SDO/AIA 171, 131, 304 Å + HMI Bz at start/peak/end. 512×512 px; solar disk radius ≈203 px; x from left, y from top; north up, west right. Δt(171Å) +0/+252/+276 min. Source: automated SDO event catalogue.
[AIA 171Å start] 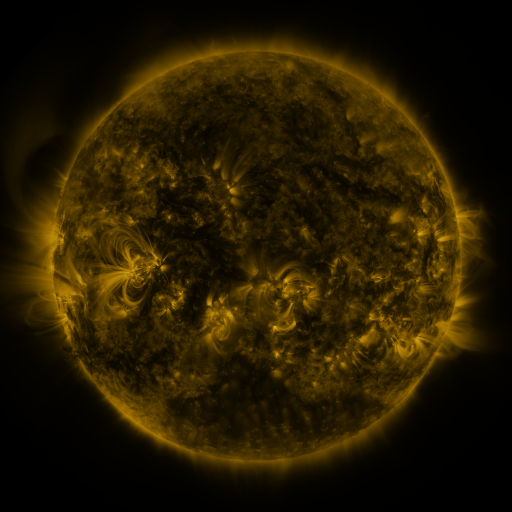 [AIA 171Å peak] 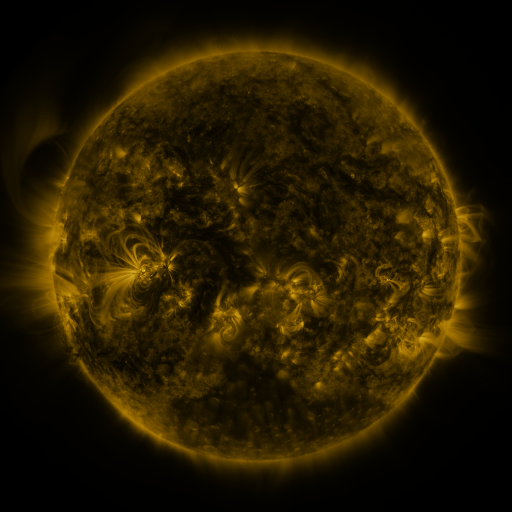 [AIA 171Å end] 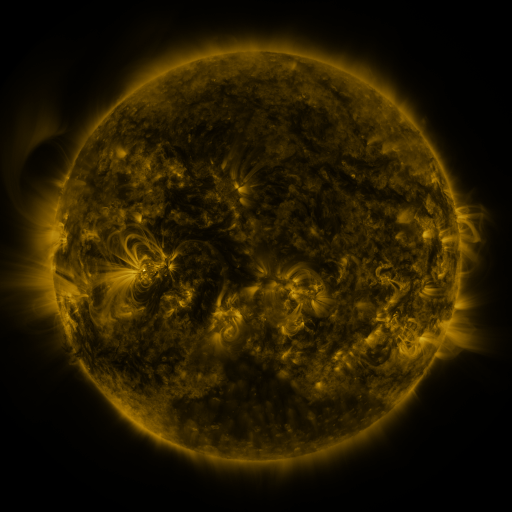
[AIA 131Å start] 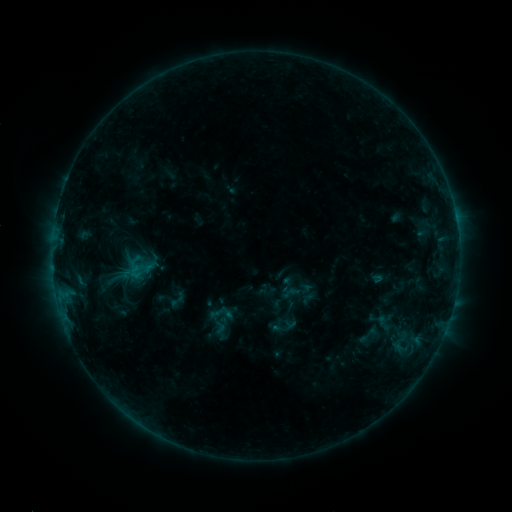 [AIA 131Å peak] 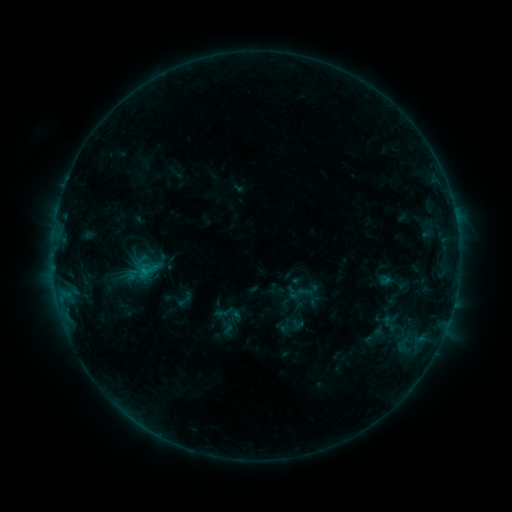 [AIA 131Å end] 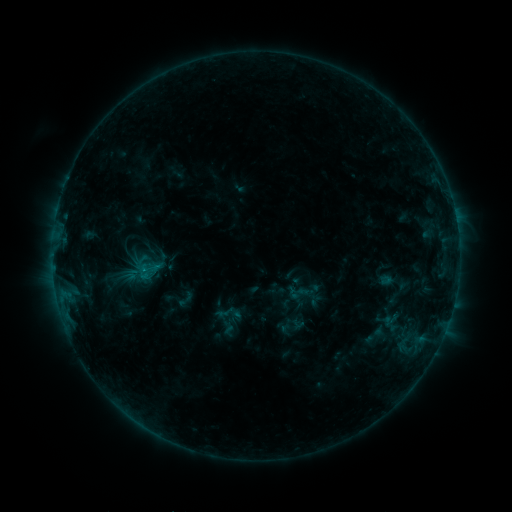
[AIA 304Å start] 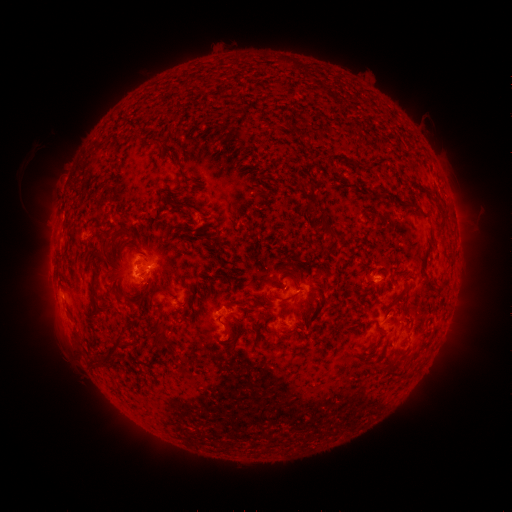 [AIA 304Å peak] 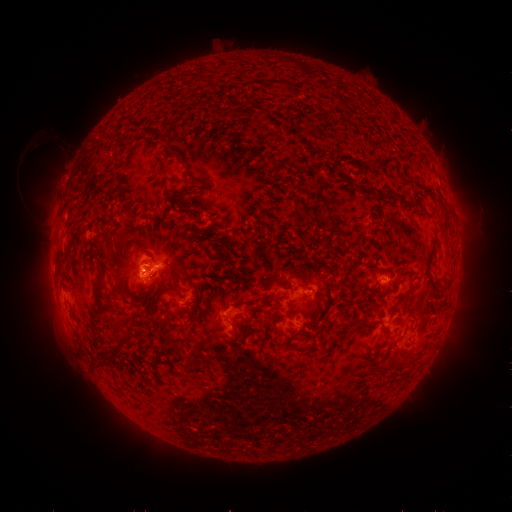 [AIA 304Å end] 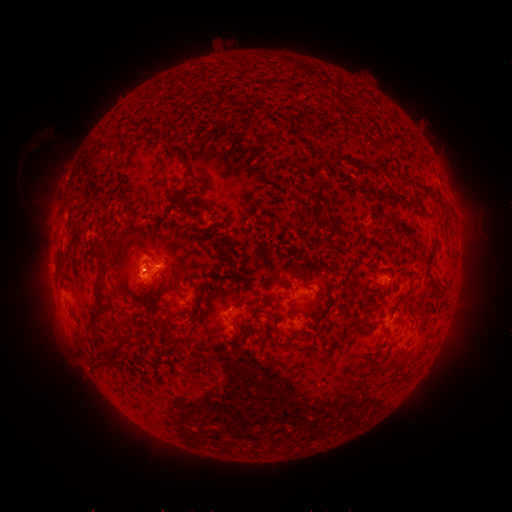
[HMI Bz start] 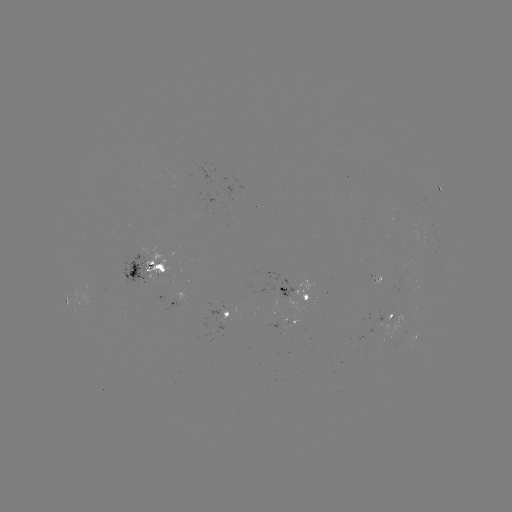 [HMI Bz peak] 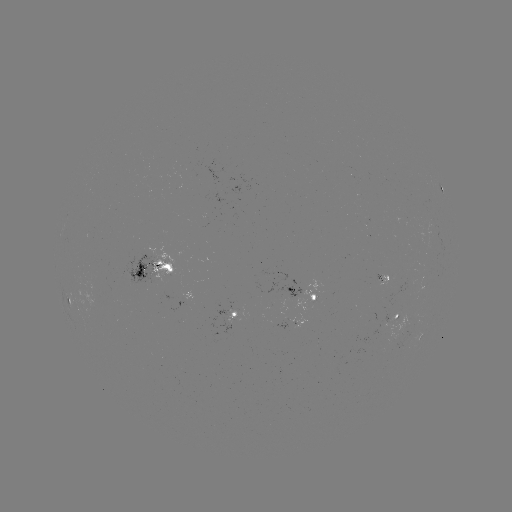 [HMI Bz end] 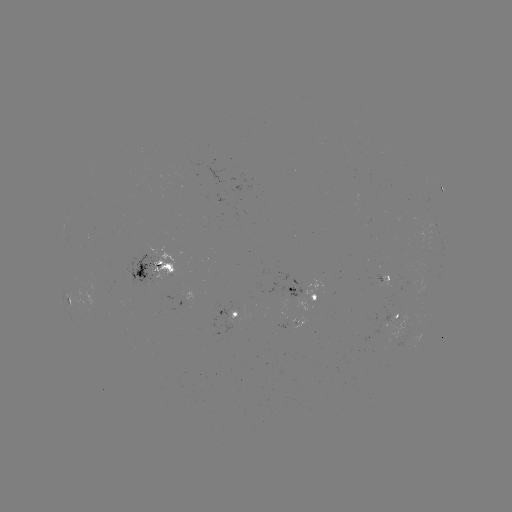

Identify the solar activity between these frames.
emerging-flux region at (378, 277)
